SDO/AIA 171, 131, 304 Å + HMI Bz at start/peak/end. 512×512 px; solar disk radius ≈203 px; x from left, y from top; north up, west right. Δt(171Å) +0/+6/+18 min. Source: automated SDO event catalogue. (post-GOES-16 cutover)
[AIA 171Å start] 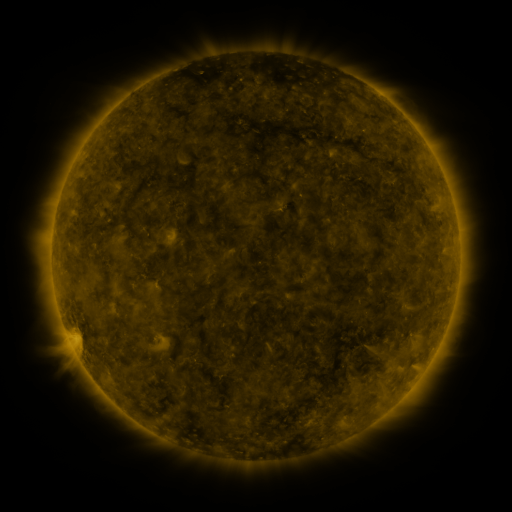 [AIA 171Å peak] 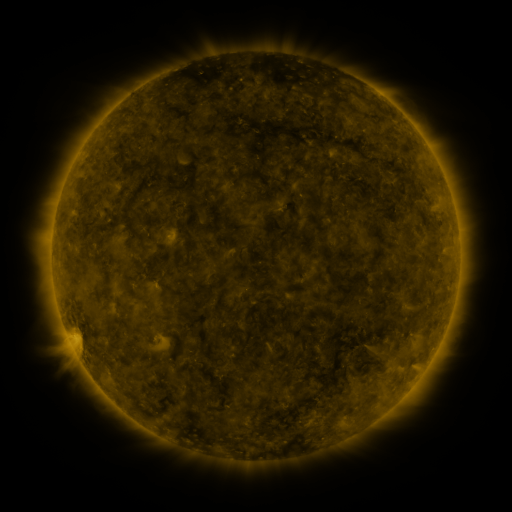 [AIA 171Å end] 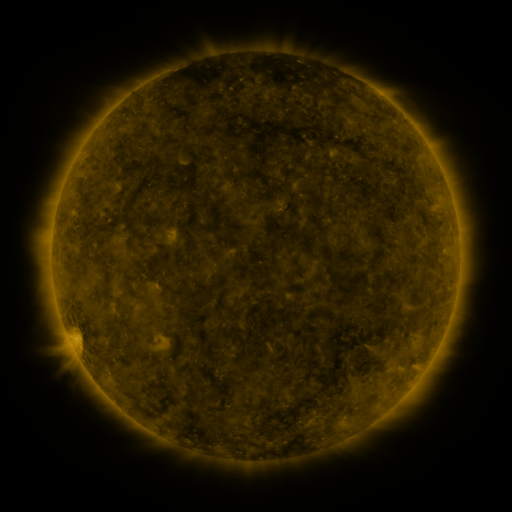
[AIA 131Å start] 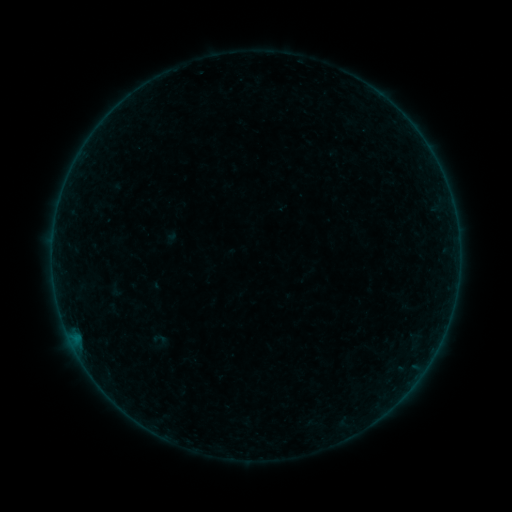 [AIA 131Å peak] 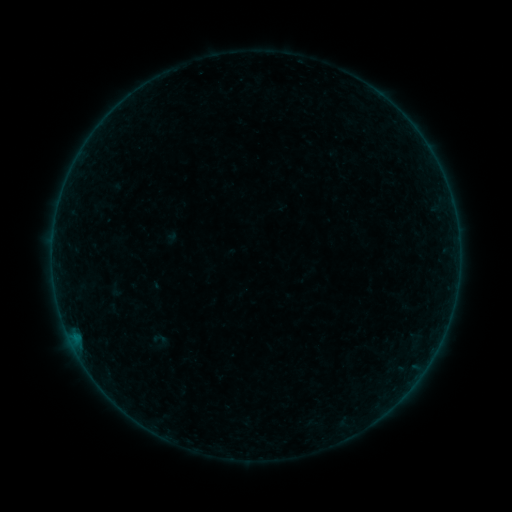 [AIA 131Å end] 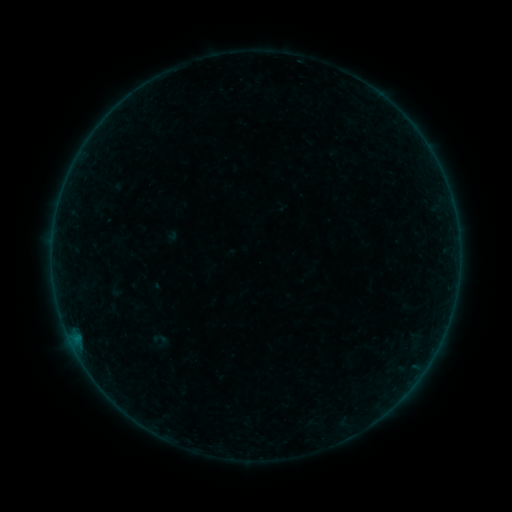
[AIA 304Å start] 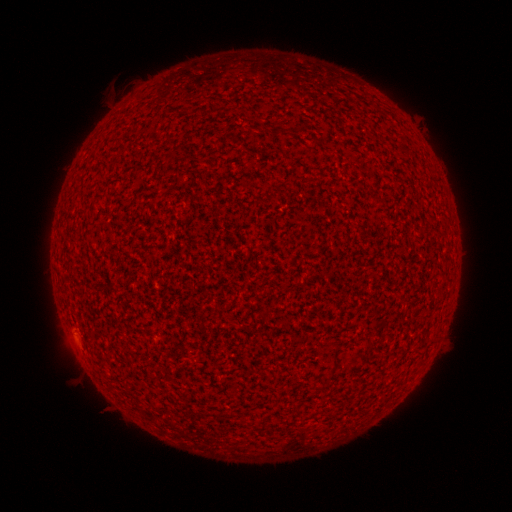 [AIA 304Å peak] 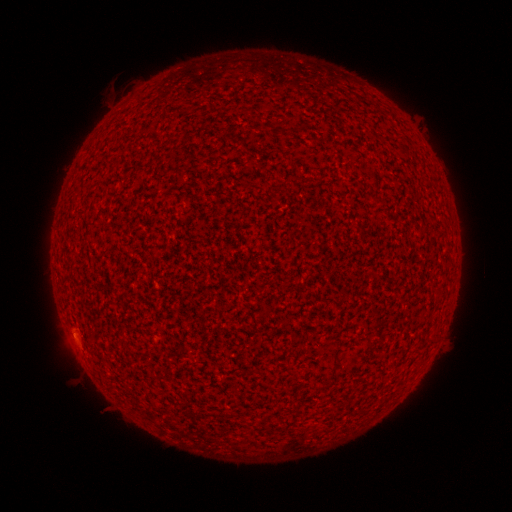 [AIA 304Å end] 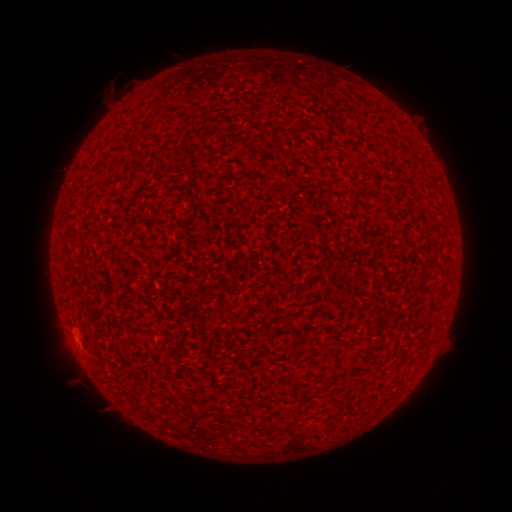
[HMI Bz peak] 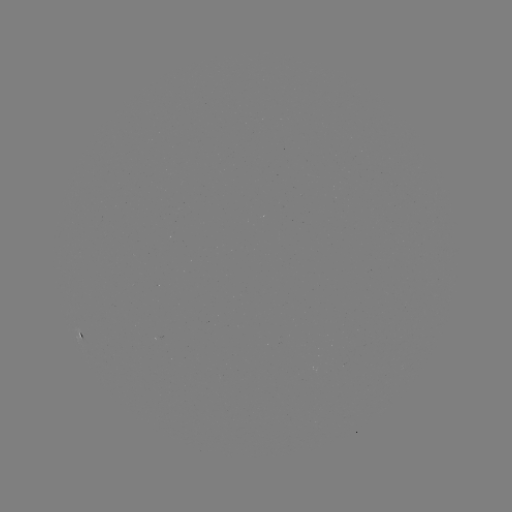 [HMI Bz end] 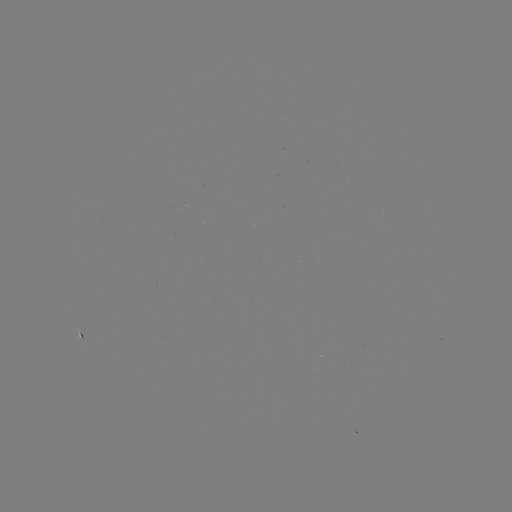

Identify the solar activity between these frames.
A2.5 flare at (73, 333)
